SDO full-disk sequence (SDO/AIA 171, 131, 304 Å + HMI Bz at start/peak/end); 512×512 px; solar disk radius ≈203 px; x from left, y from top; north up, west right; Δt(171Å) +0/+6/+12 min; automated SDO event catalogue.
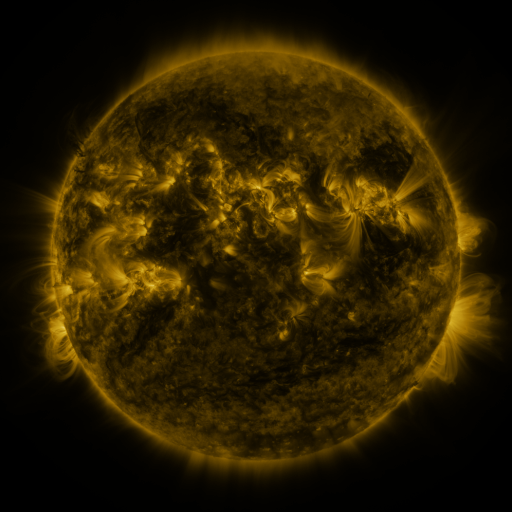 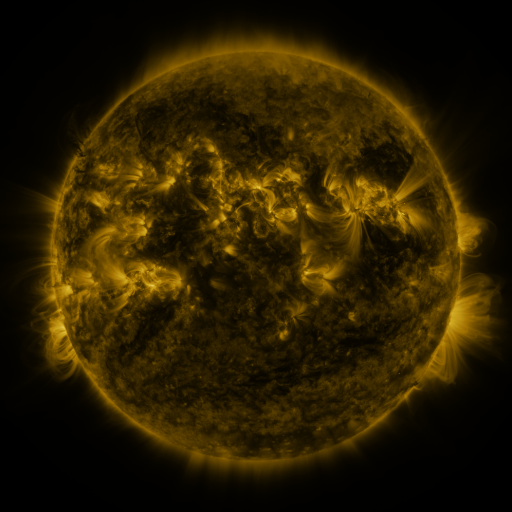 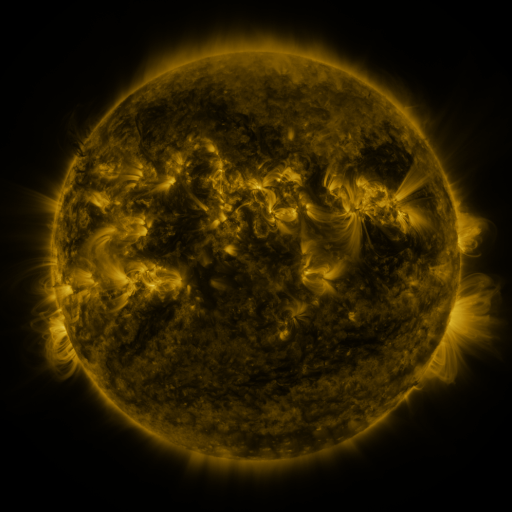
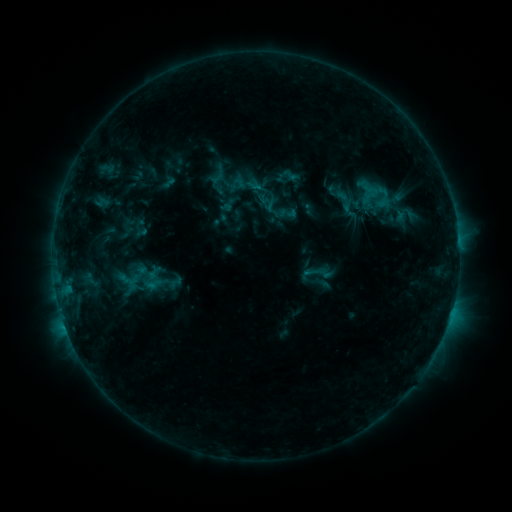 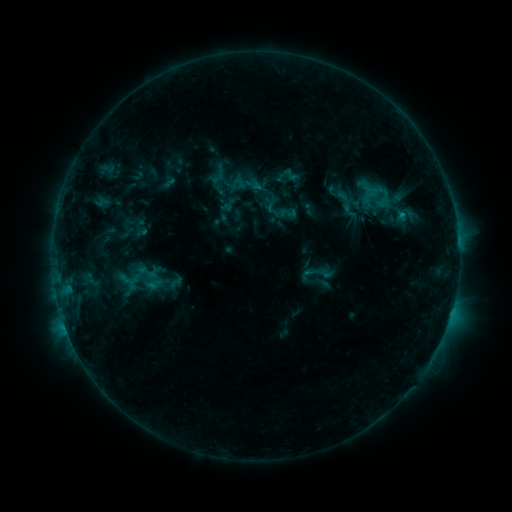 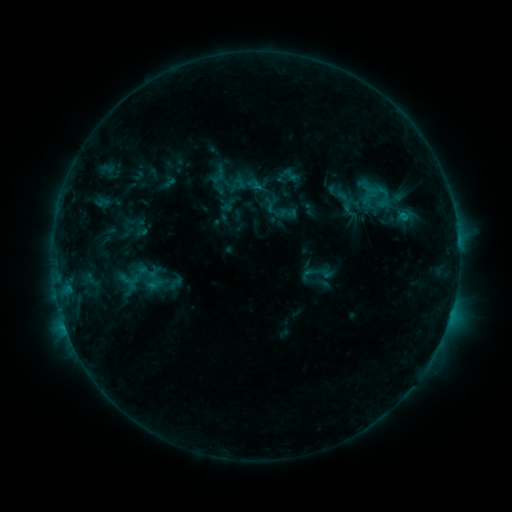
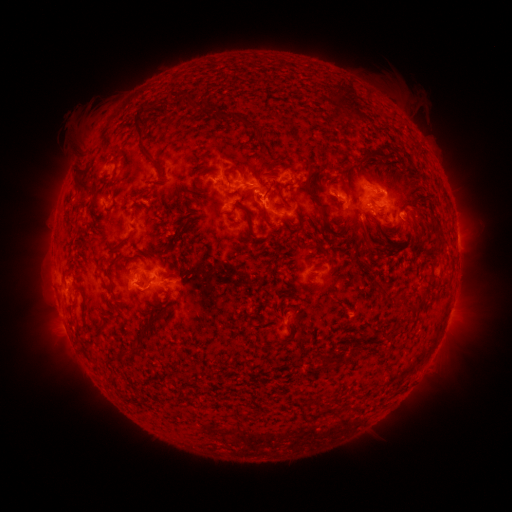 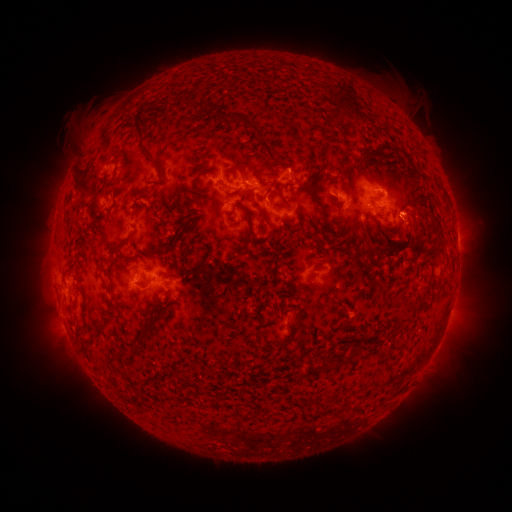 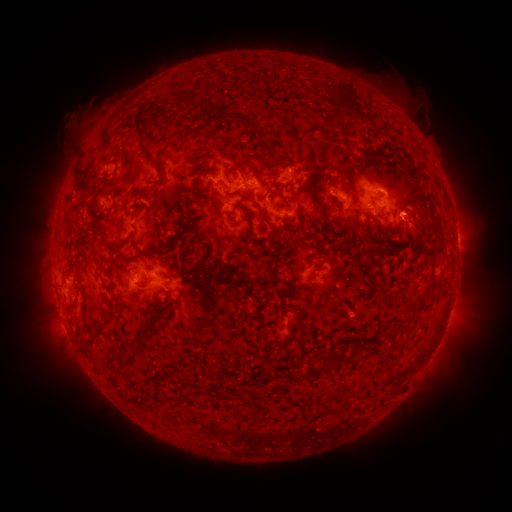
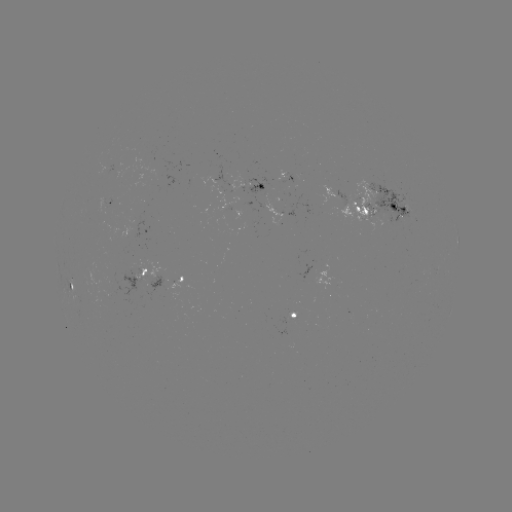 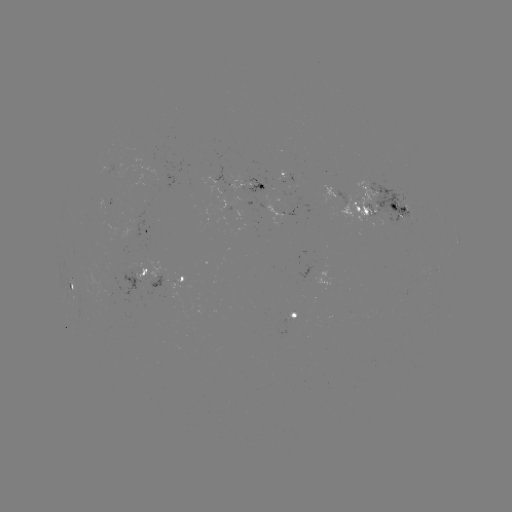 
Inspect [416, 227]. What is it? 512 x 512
eruption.